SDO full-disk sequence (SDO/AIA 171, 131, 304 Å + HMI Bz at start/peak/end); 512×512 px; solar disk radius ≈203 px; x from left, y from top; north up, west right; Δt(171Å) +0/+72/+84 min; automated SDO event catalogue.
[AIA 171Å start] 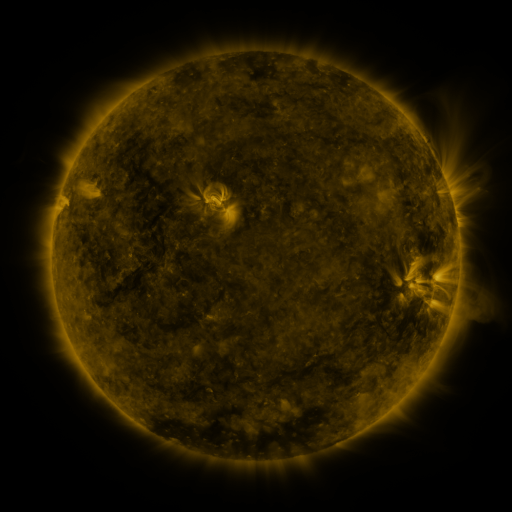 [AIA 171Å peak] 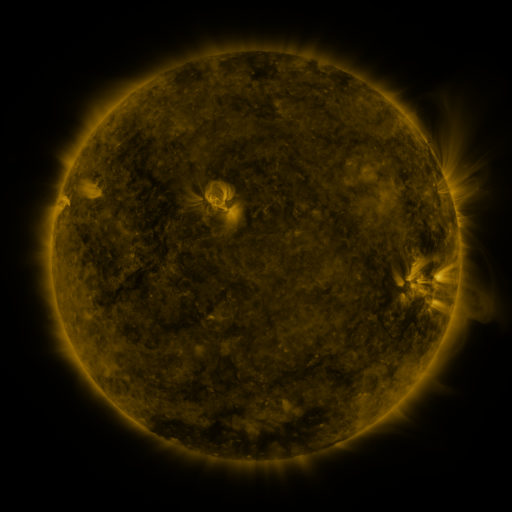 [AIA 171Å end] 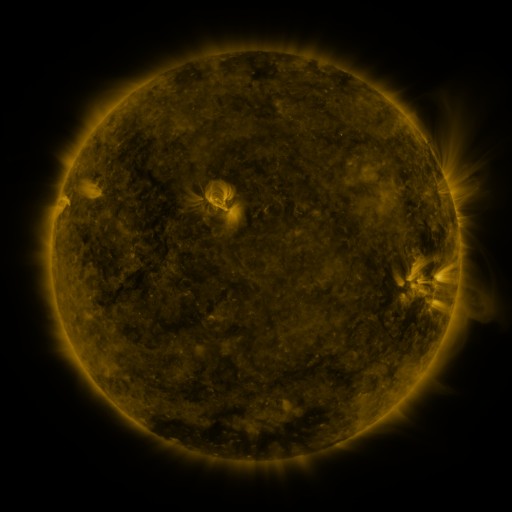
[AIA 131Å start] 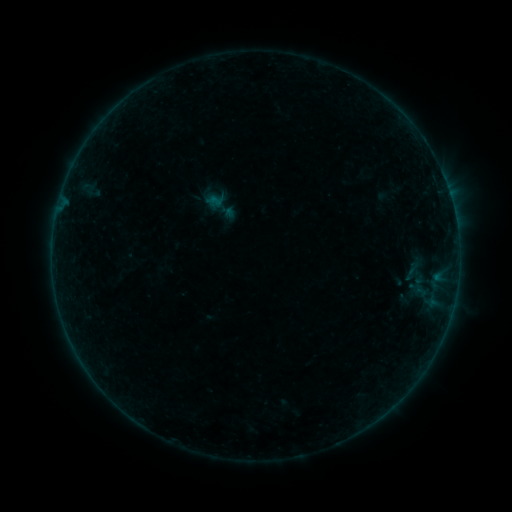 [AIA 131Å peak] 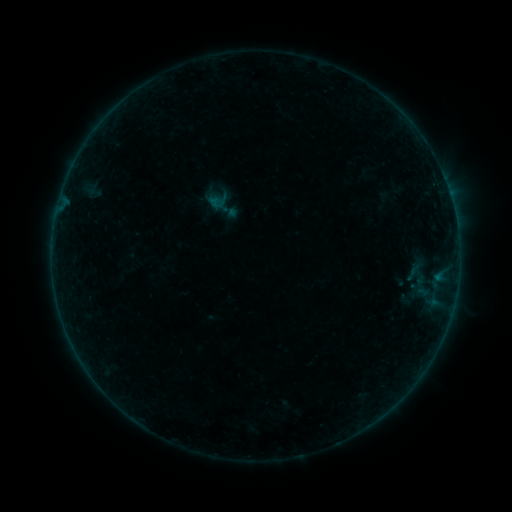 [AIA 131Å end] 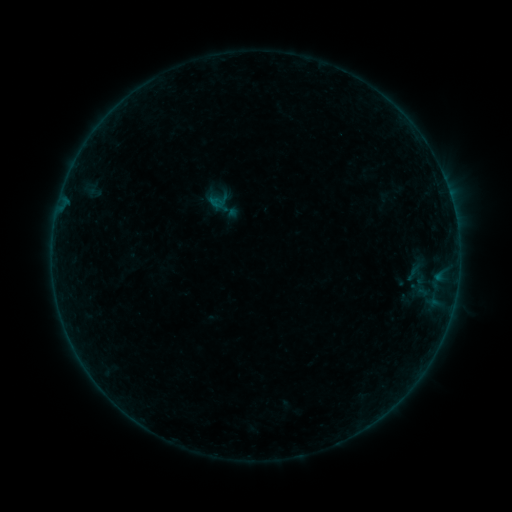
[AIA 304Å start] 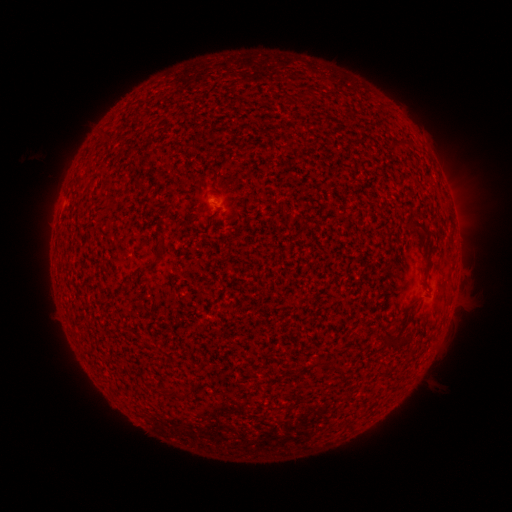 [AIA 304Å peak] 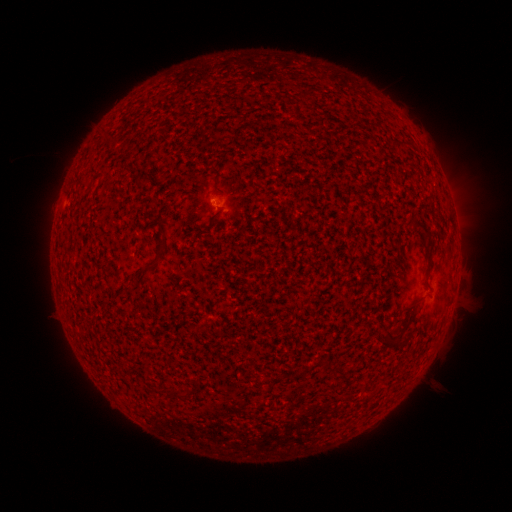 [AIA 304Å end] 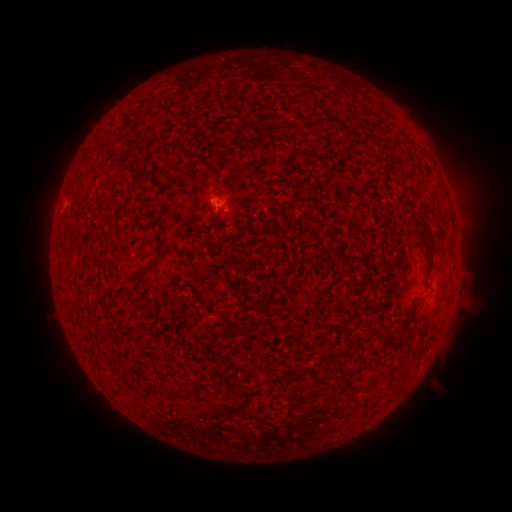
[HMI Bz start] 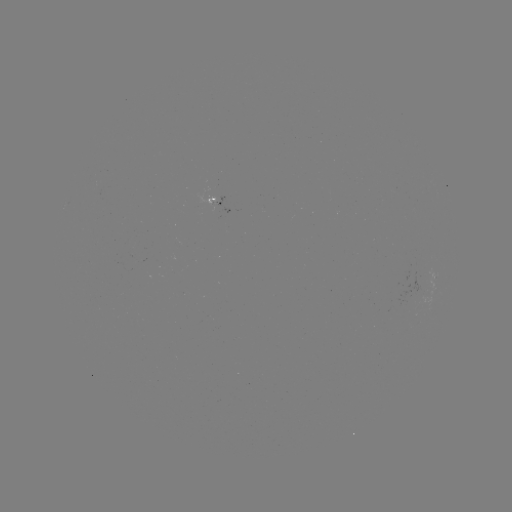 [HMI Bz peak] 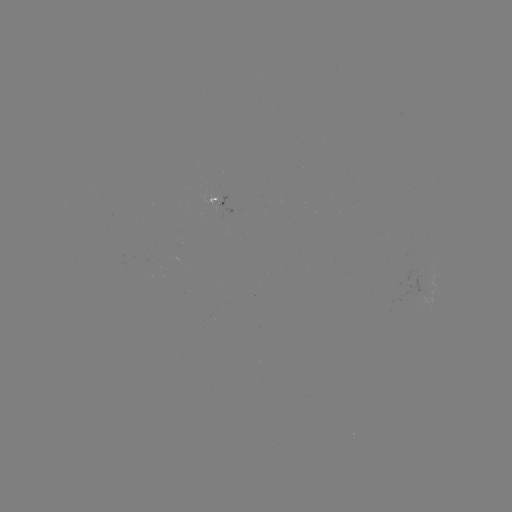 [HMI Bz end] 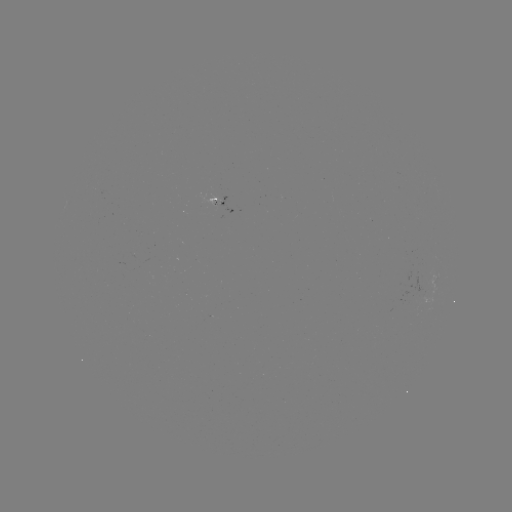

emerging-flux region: (198, 190, 219, 207)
